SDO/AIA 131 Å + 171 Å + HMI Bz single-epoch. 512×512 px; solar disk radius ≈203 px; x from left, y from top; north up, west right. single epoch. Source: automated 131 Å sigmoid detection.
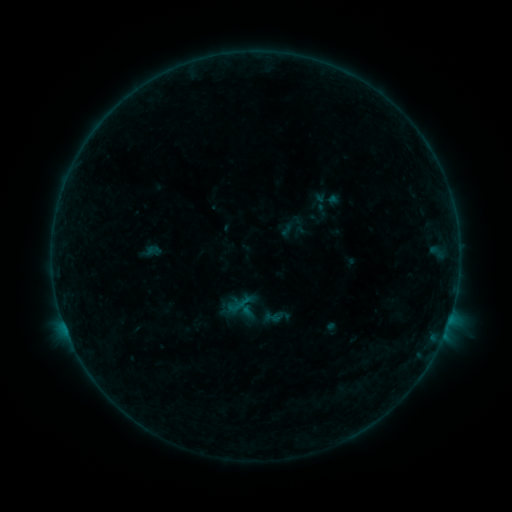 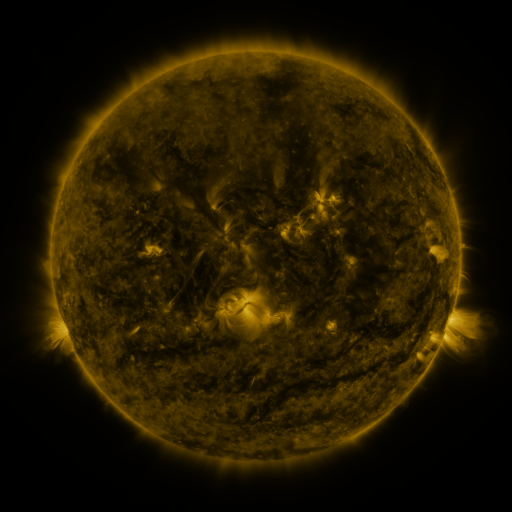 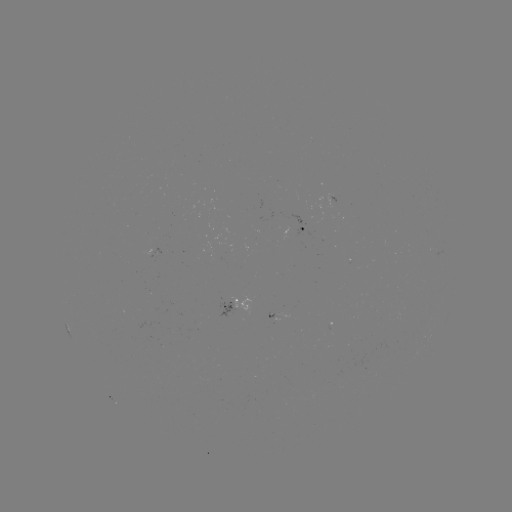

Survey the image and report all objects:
sigmoid: (306, 191, 334, 214)
sigmoid: (266, 308, 285, 327)
